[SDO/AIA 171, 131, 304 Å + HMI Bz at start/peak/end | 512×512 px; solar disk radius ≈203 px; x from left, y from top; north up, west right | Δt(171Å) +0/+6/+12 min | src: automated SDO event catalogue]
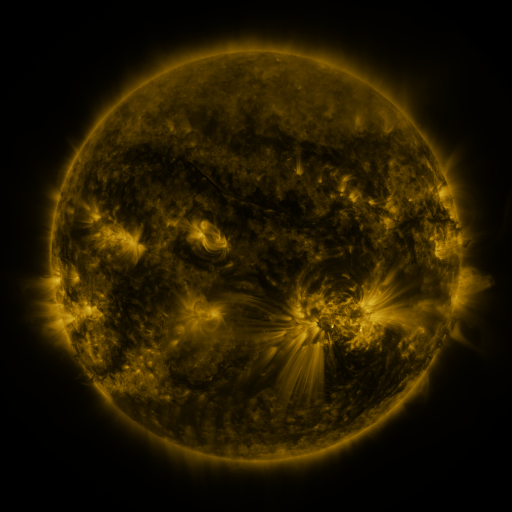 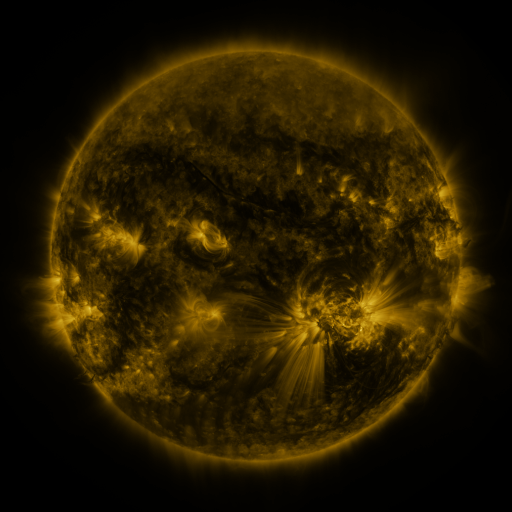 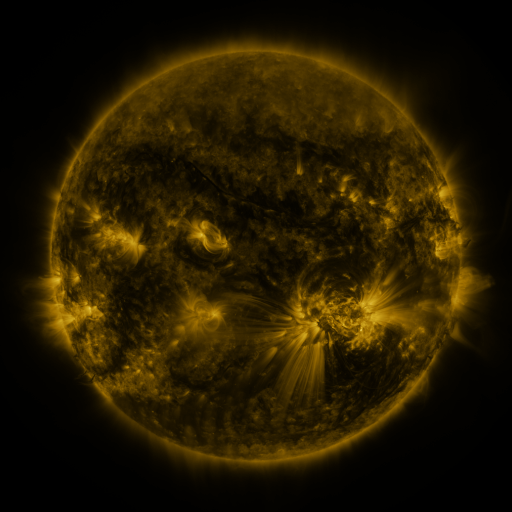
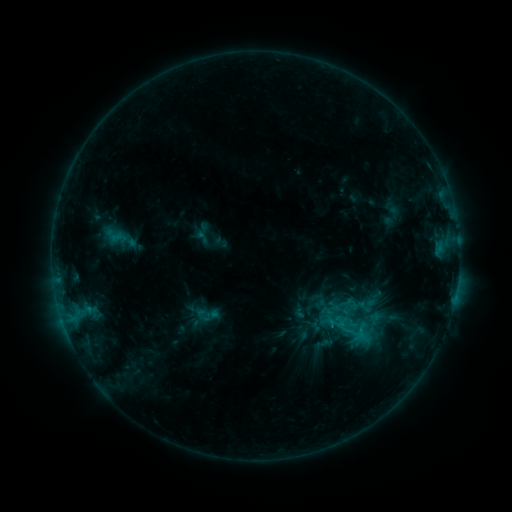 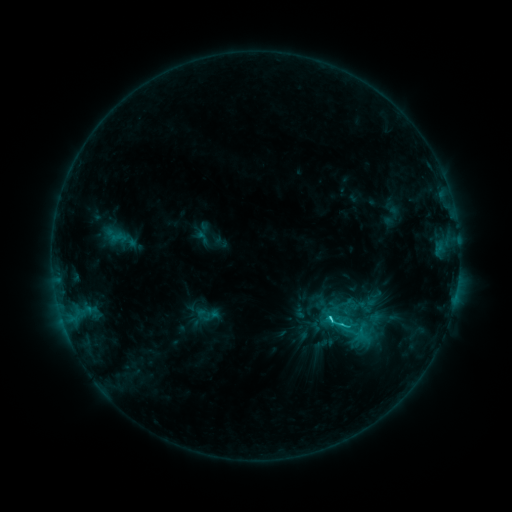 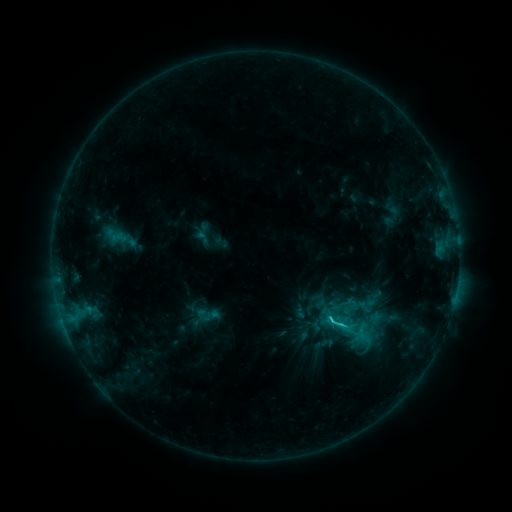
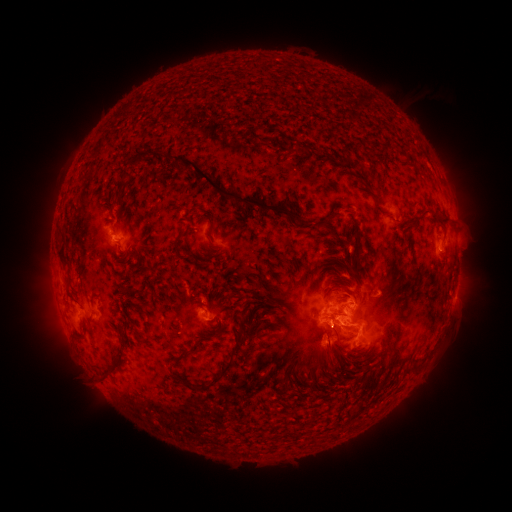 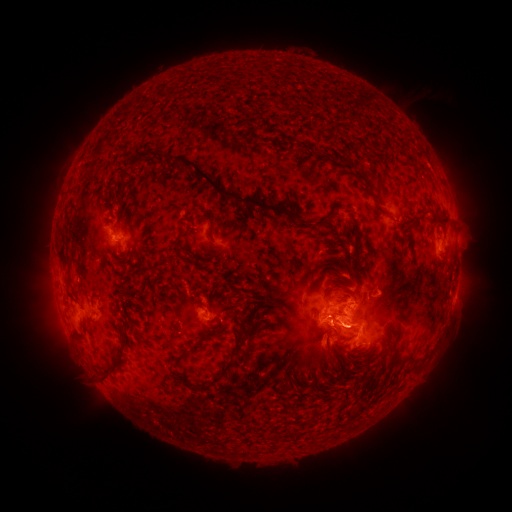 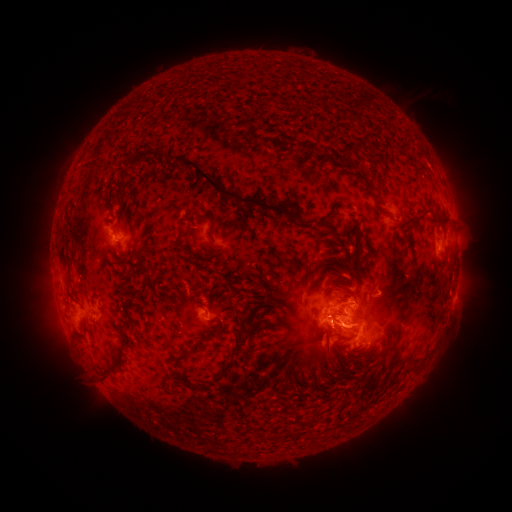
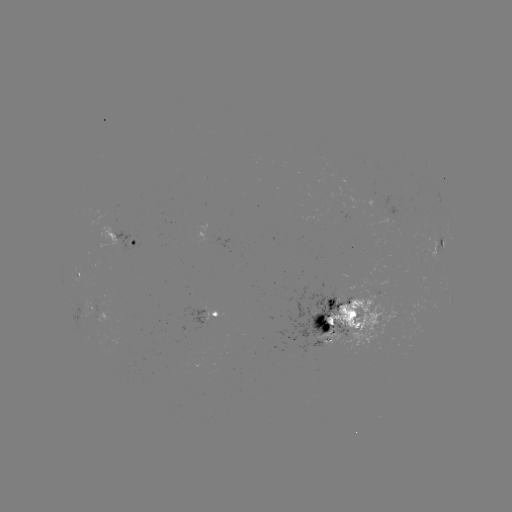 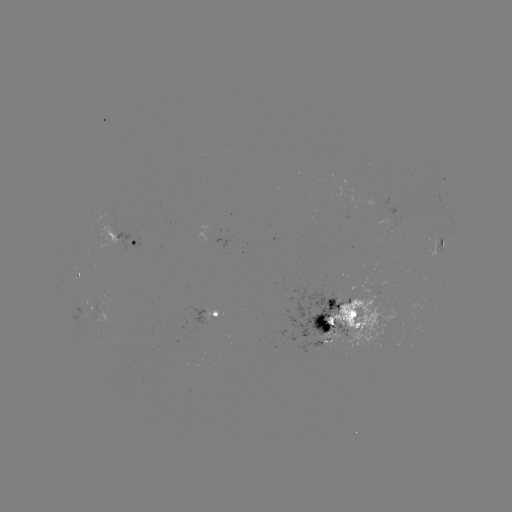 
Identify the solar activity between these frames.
C3.2 flare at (327, 317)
